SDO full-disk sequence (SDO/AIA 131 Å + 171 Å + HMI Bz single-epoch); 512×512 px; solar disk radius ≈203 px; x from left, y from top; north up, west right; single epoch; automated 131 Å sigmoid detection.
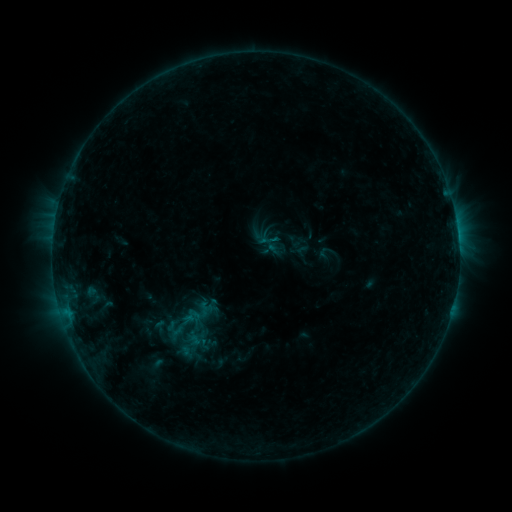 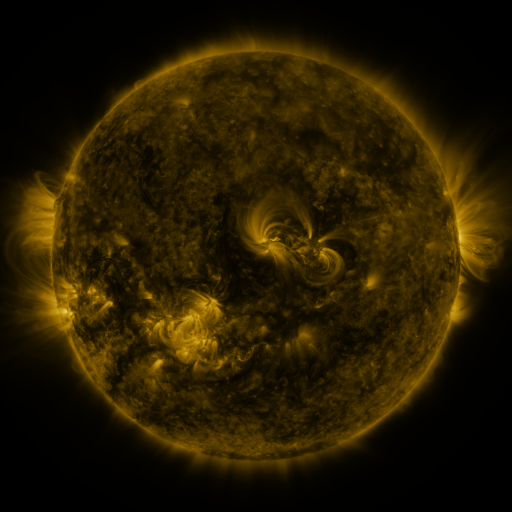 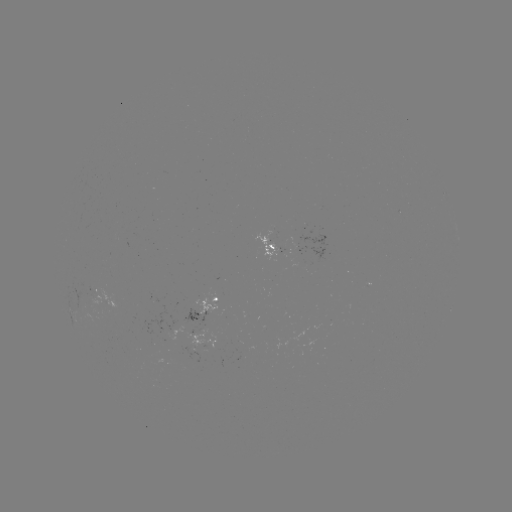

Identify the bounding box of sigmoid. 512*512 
[266, 232, 287, 253].